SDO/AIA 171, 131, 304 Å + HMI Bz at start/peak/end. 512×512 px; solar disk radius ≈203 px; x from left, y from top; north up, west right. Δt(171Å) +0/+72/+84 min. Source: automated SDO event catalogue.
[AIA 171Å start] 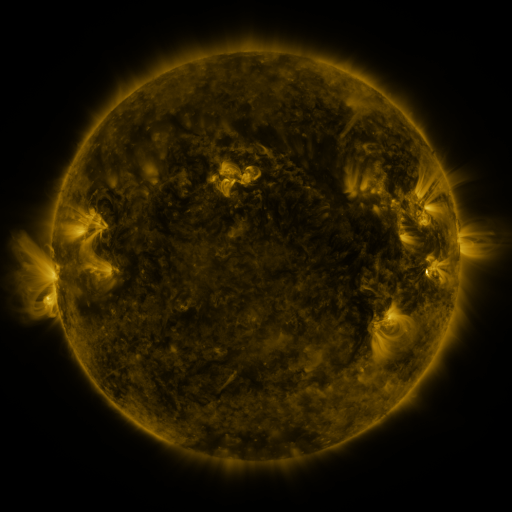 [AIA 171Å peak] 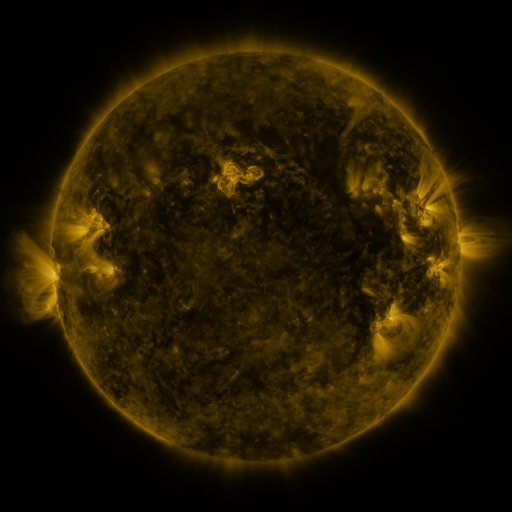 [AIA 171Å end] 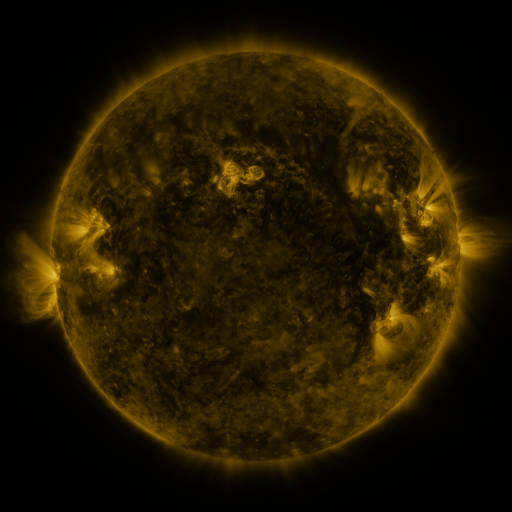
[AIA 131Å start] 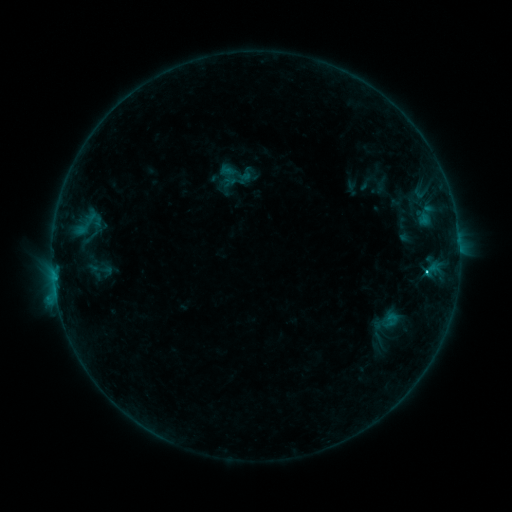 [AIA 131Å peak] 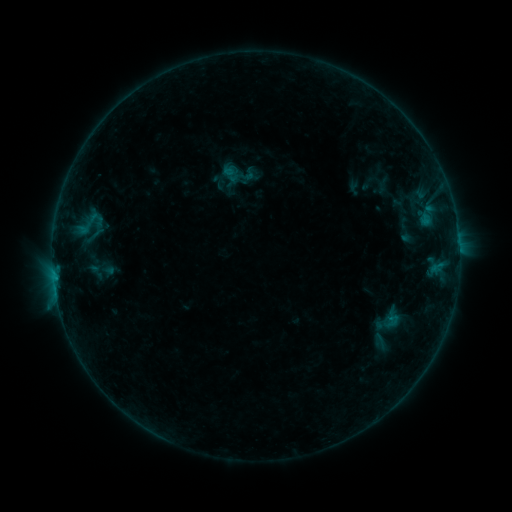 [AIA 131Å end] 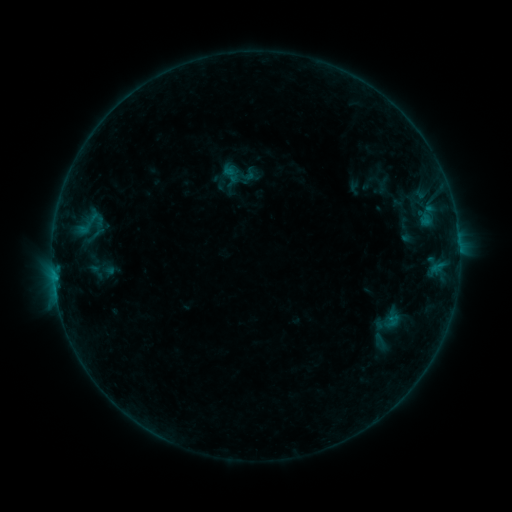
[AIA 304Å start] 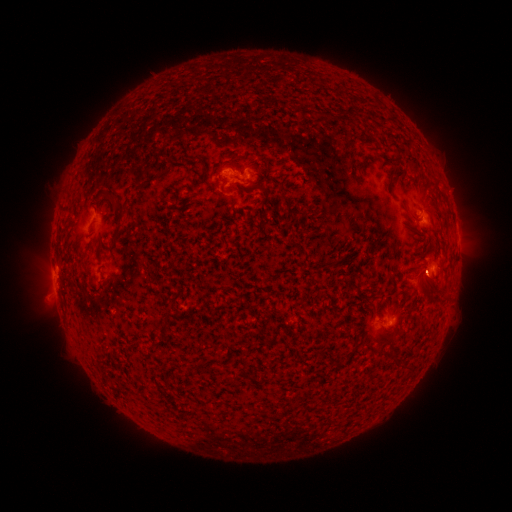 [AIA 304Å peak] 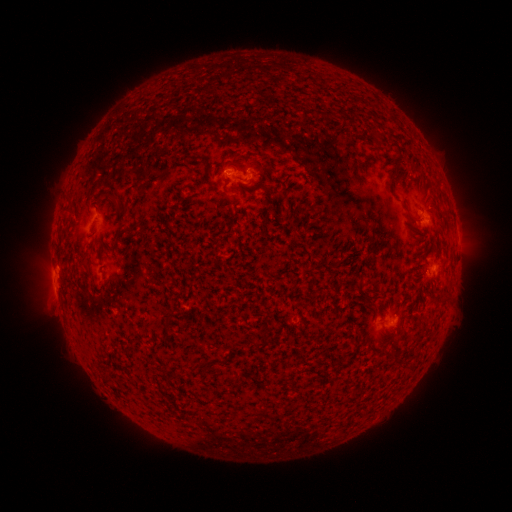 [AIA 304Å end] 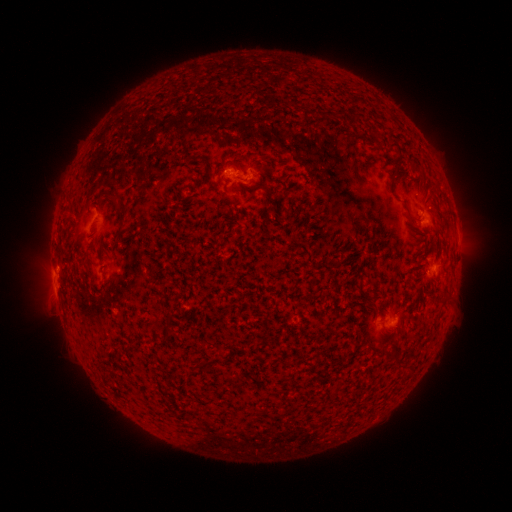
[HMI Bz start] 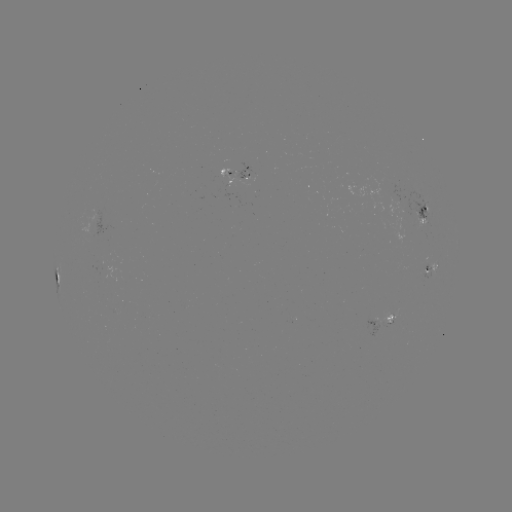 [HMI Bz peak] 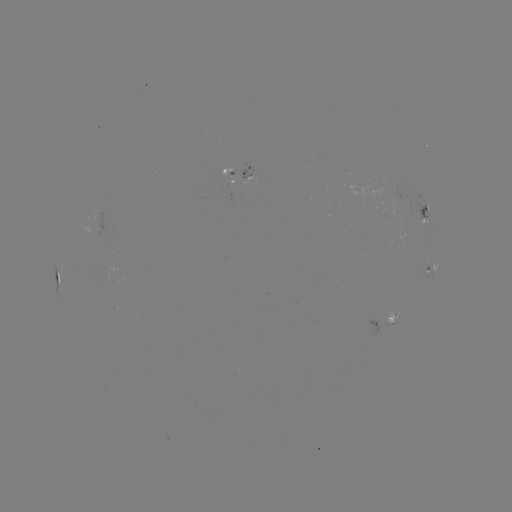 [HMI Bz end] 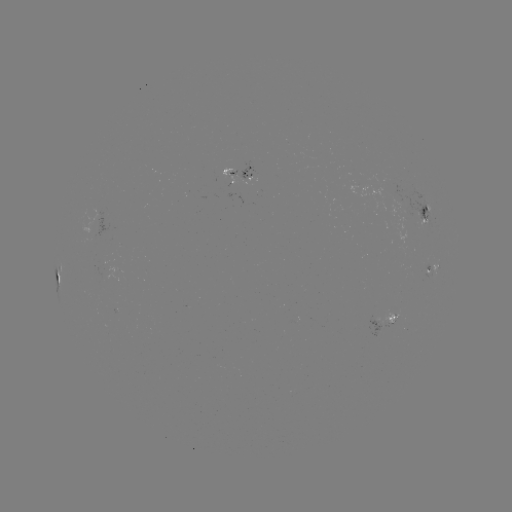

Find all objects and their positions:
emerging-flux region: (242, 172)
